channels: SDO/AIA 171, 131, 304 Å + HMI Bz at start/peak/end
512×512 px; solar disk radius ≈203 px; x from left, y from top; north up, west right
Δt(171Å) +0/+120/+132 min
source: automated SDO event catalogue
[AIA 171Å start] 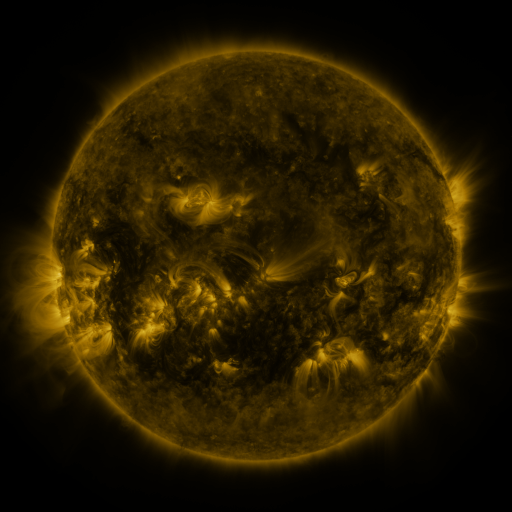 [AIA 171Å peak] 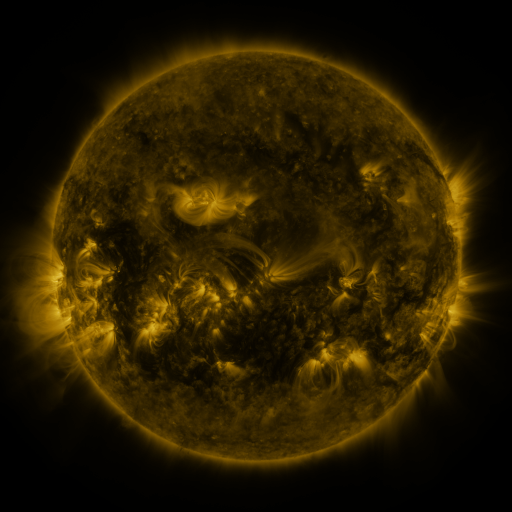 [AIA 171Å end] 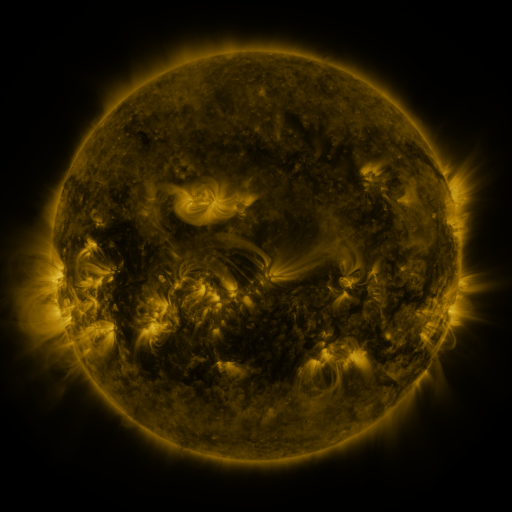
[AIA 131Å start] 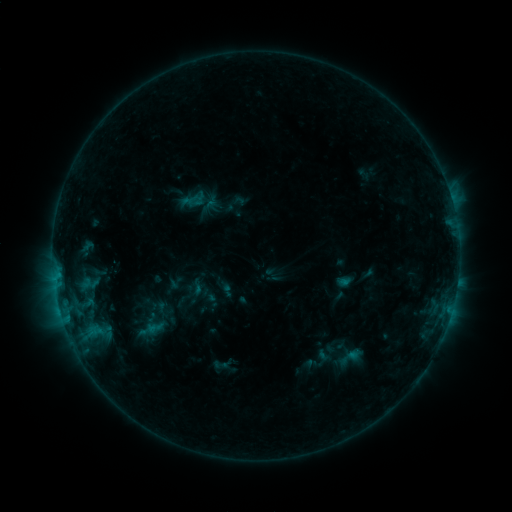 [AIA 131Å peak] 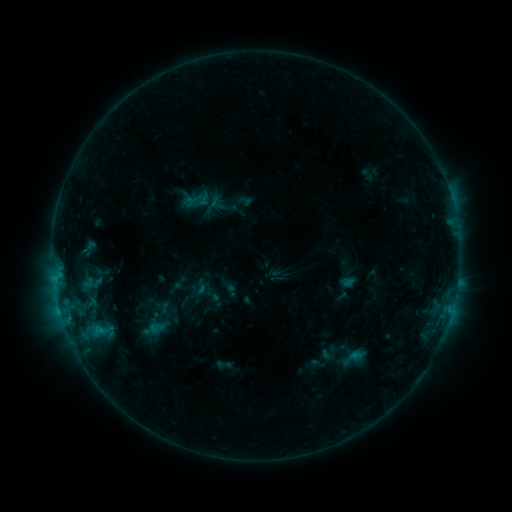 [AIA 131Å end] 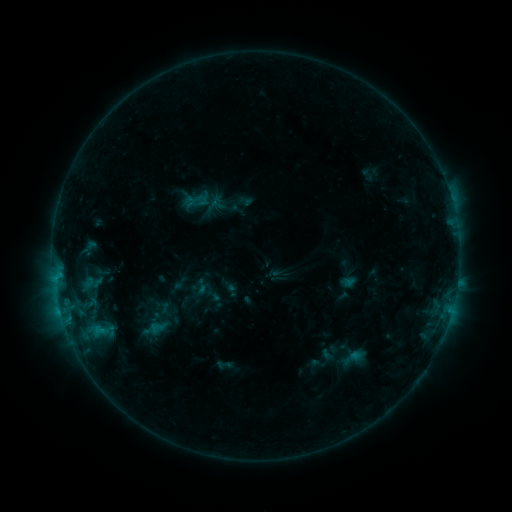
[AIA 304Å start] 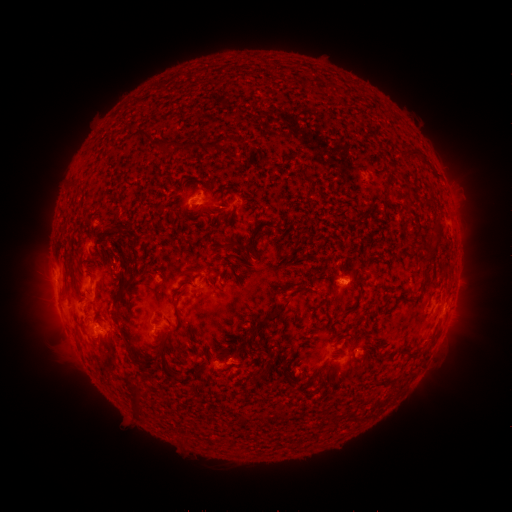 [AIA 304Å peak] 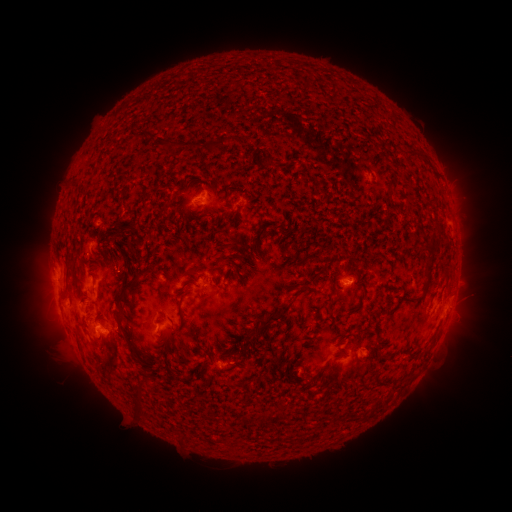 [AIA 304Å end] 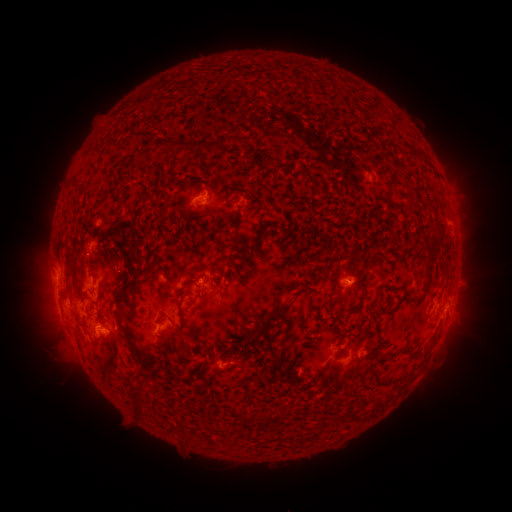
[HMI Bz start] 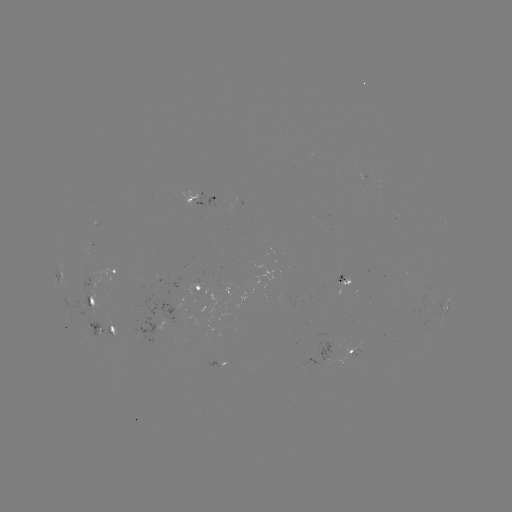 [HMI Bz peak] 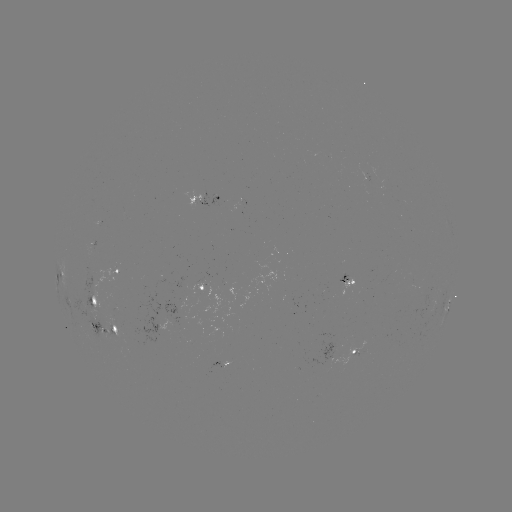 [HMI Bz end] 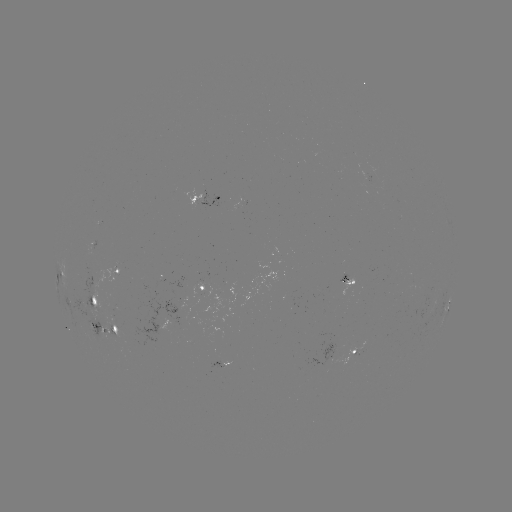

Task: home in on emerging-flux region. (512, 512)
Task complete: (99, 329).